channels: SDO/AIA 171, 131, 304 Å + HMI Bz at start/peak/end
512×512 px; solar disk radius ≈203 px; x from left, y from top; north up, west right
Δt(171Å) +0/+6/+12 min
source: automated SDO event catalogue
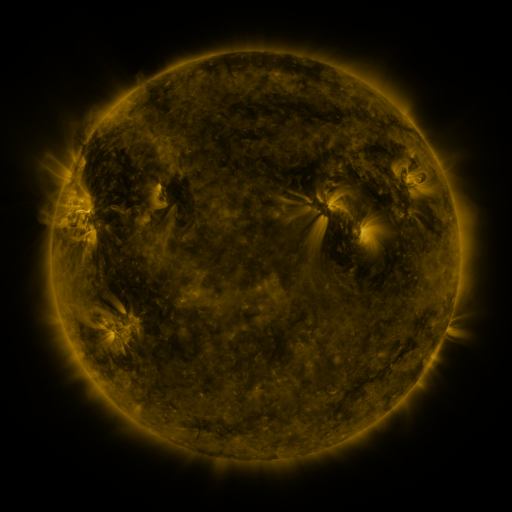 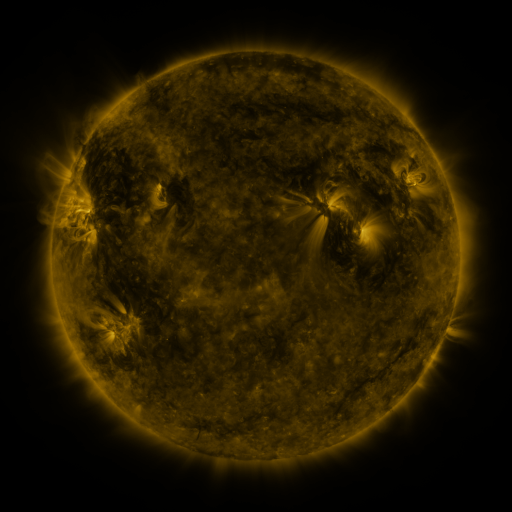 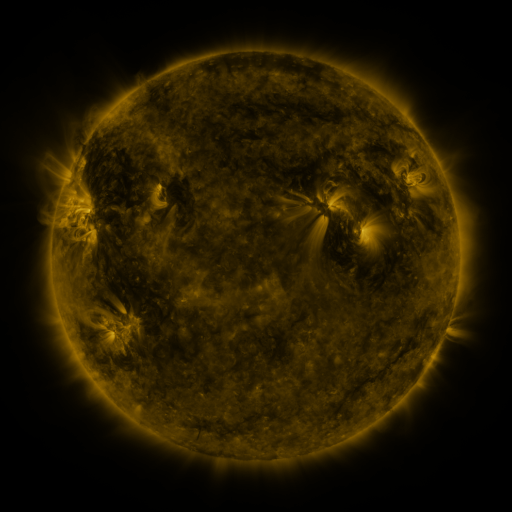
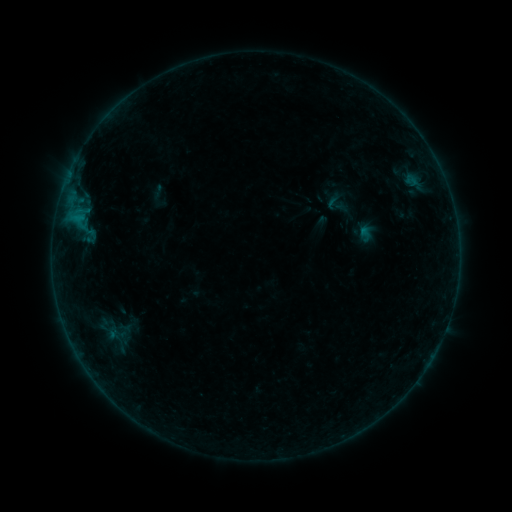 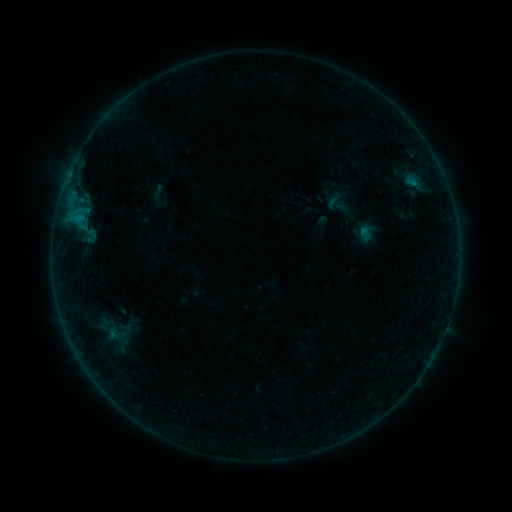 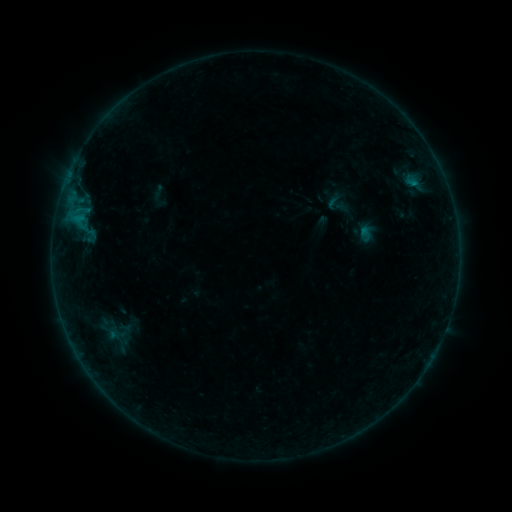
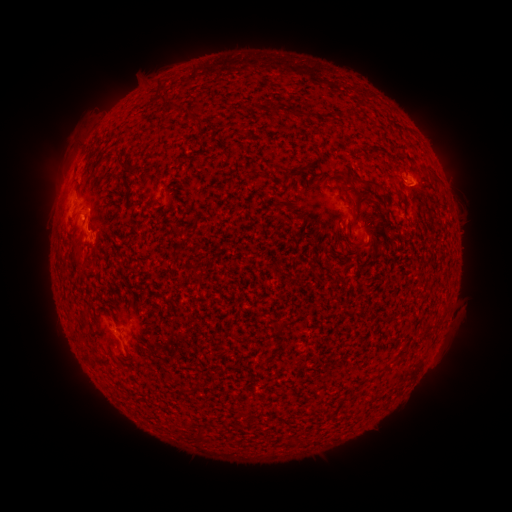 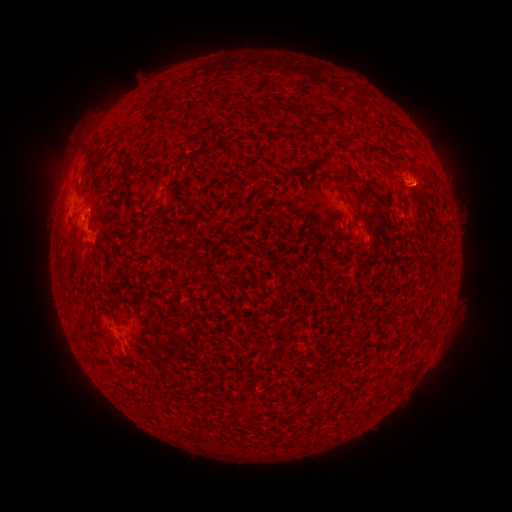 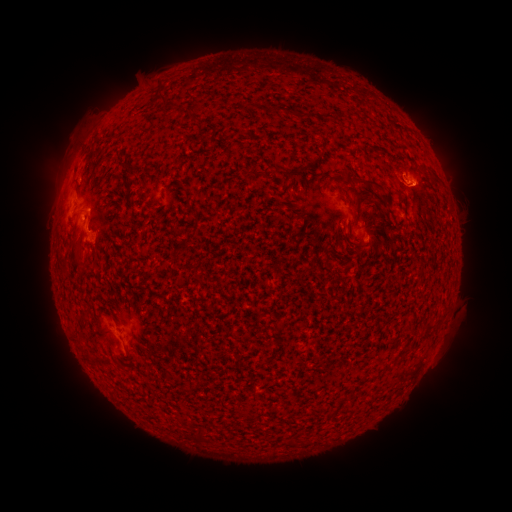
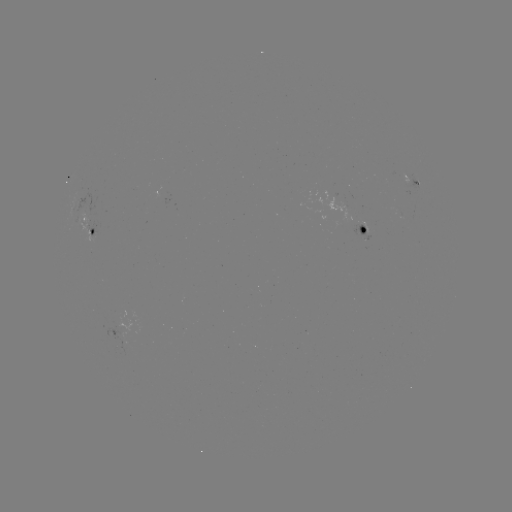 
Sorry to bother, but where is B5.7 flare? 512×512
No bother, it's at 413,187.